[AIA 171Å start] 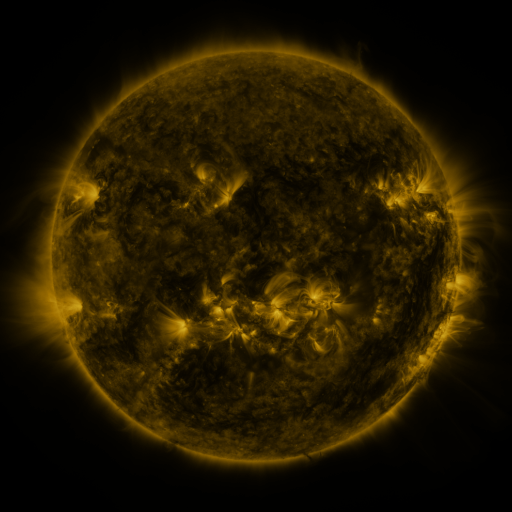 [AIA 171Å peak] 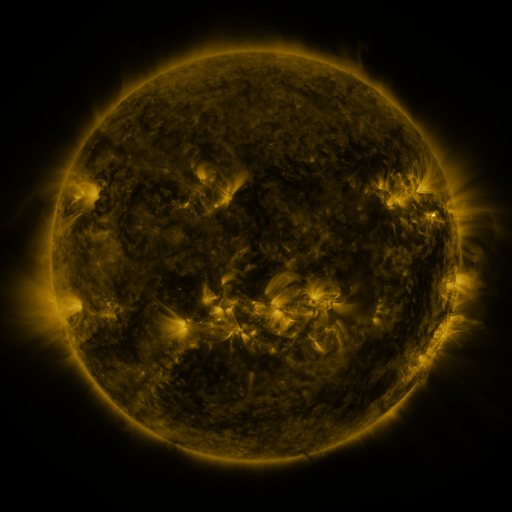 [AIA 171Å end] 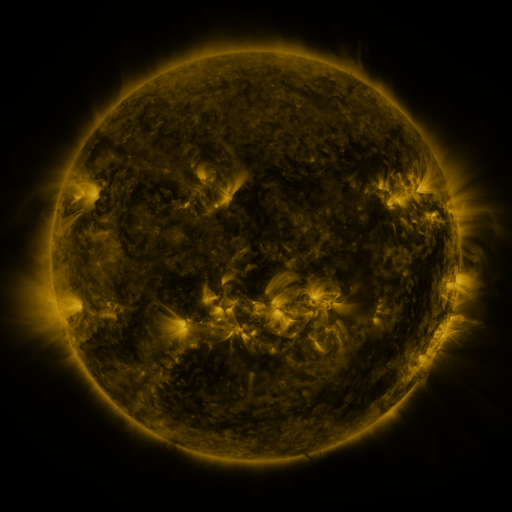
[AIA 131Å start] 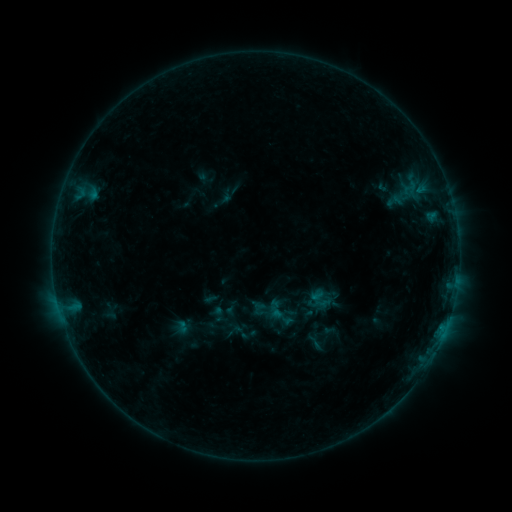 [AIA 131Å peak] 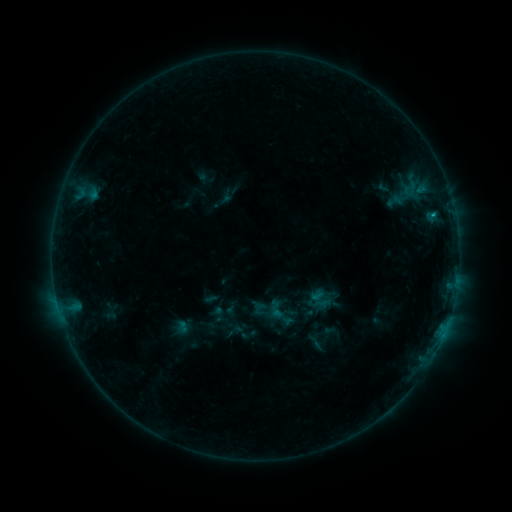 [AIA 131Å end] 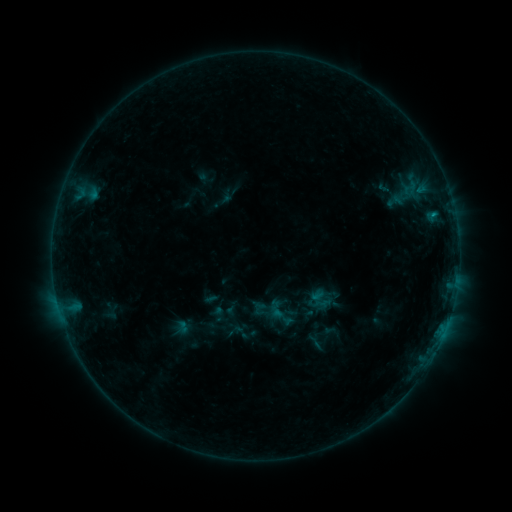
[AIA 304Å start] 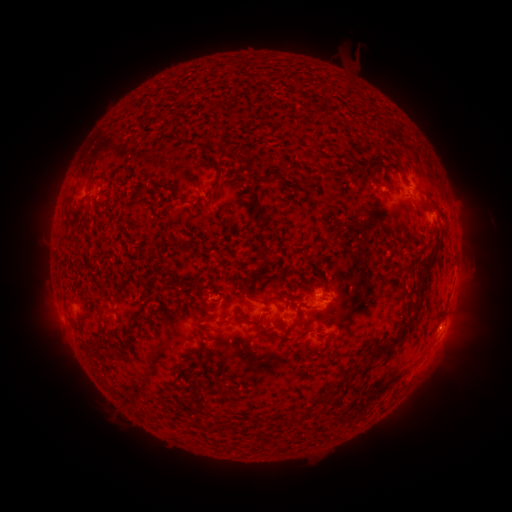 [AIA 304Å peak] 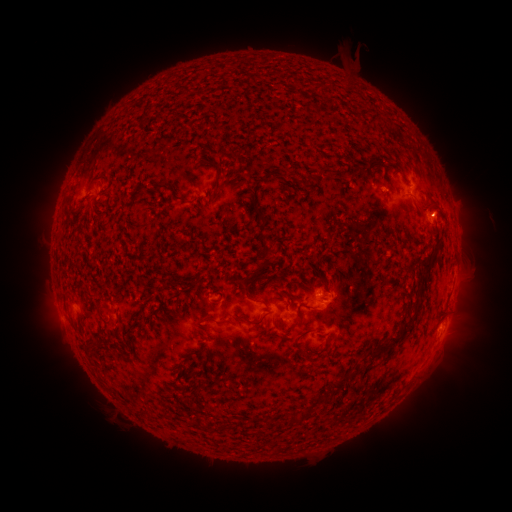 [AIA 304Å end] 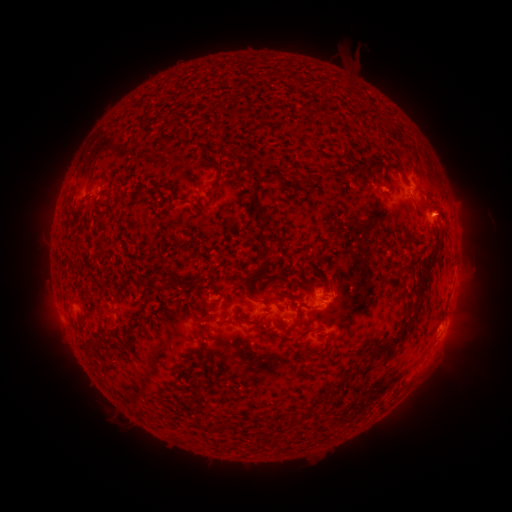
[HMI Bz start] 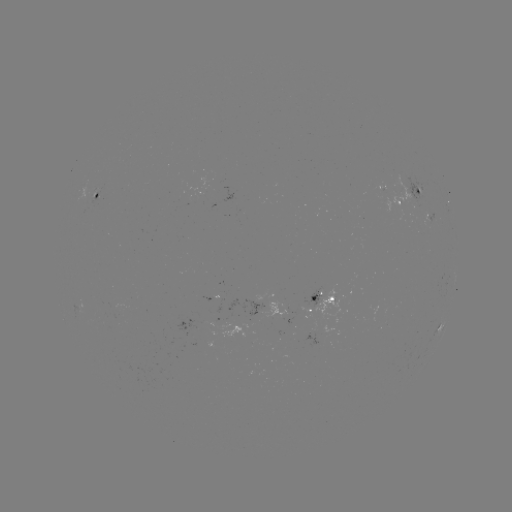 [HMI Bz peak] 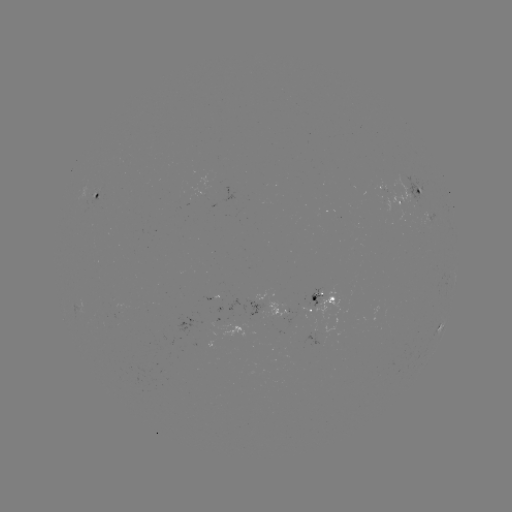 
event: flare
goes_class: B5.0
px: (432, 215)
